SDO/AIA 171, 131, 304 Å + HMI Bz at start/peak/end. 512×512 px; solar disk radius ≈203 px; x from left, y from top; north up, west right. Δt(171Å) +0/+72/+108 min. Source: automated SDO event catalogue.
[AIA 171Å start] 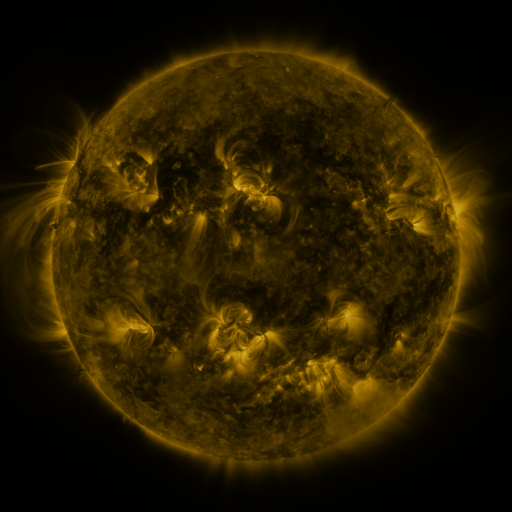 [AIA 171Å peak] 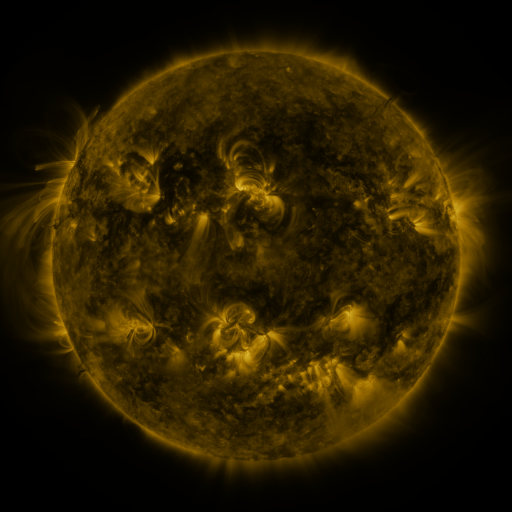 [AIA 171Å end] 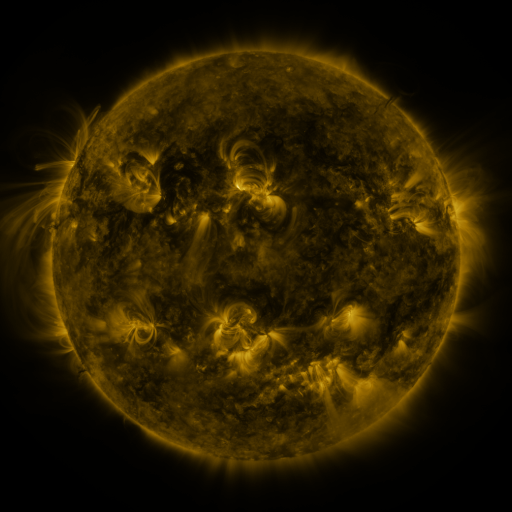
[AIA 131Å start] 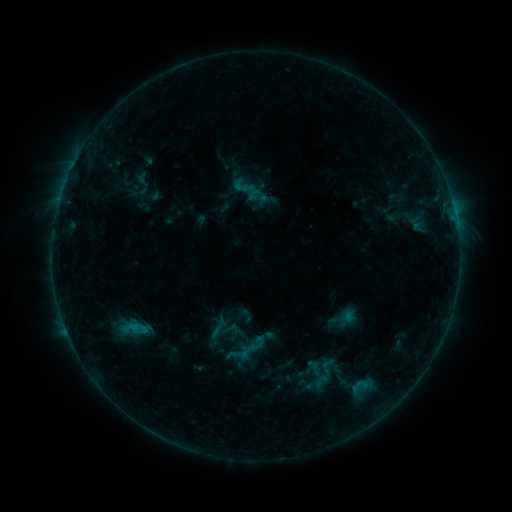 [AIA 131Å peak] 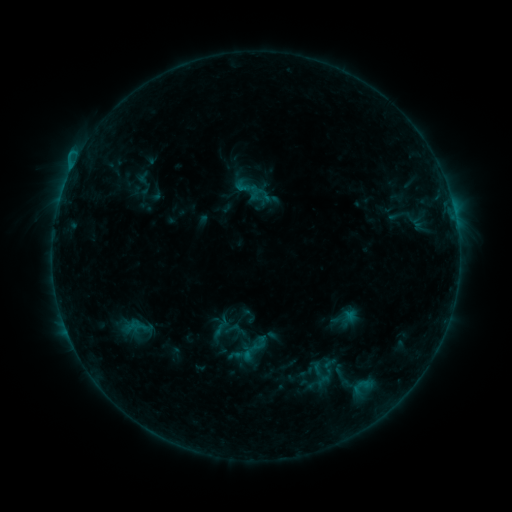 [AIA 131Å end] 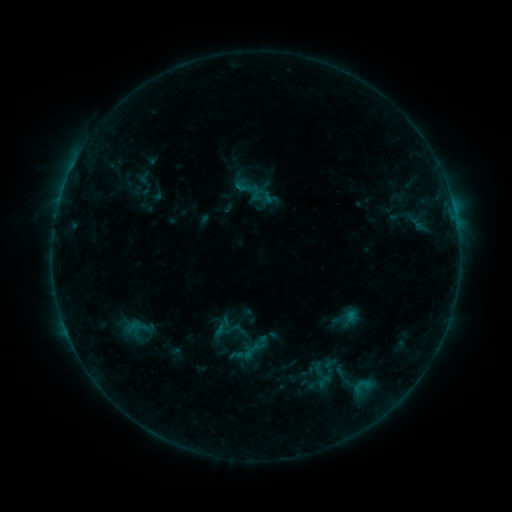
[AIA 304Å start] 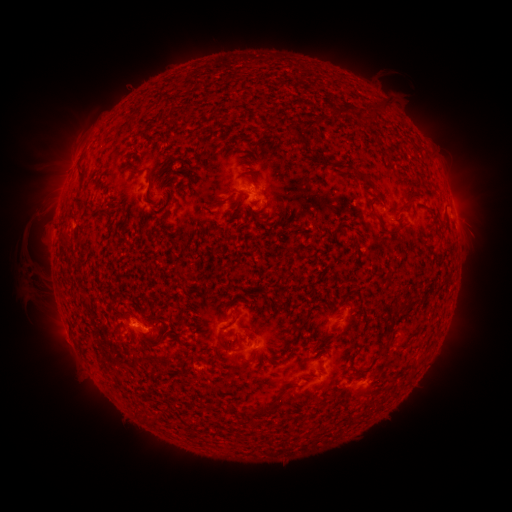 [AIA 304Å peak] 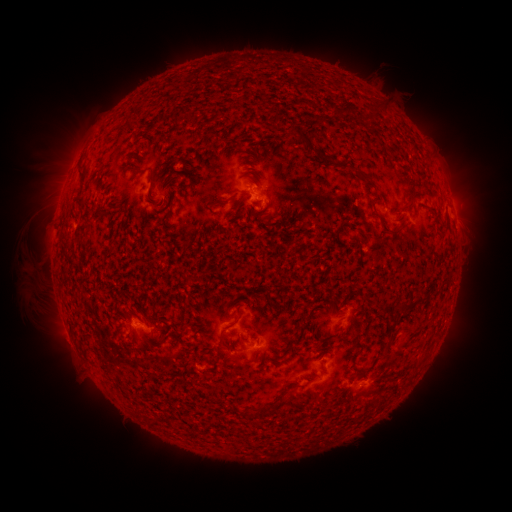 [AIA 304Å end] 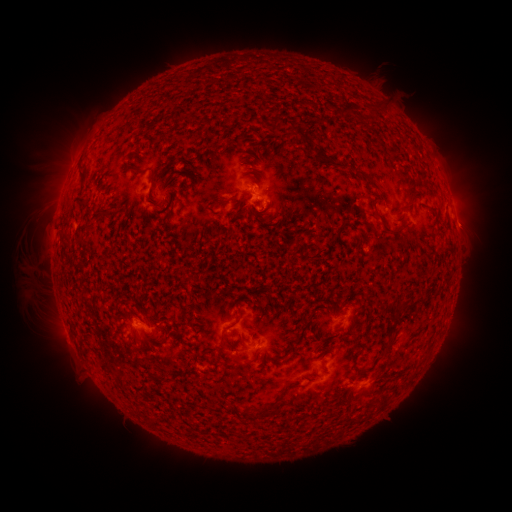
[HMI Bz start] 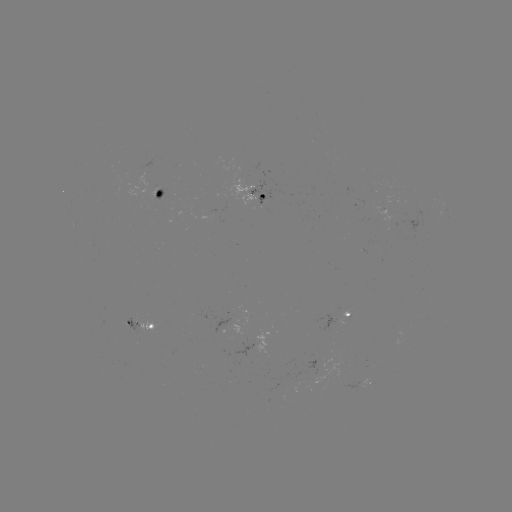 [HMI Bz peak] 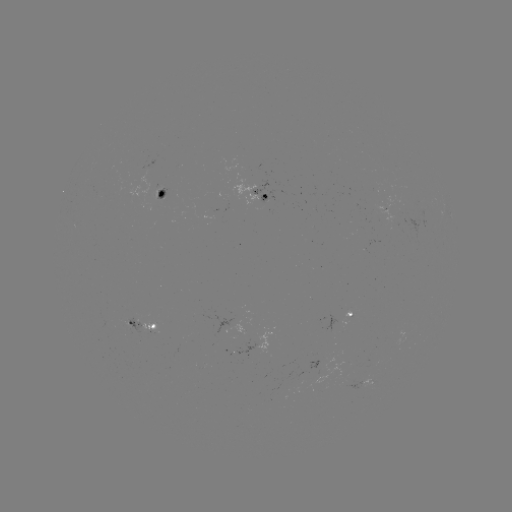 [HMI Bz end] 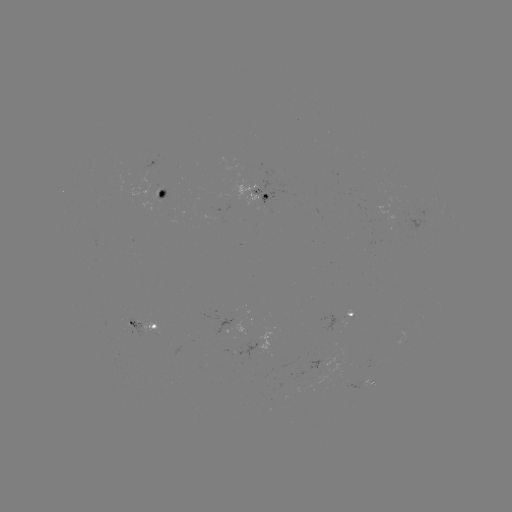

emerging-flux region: (362, 240, 374, 249)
